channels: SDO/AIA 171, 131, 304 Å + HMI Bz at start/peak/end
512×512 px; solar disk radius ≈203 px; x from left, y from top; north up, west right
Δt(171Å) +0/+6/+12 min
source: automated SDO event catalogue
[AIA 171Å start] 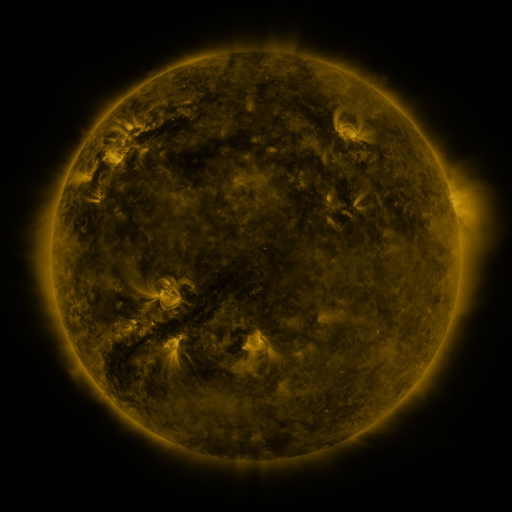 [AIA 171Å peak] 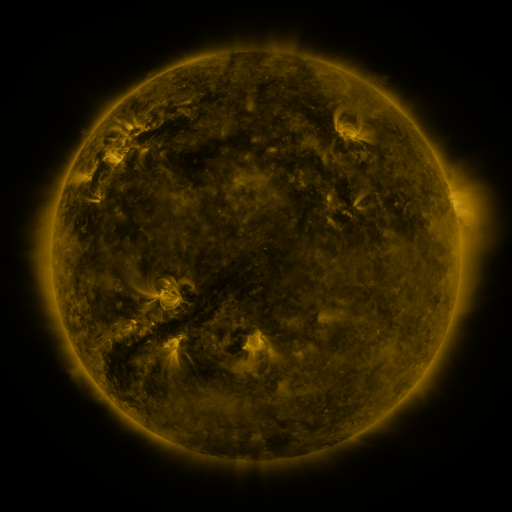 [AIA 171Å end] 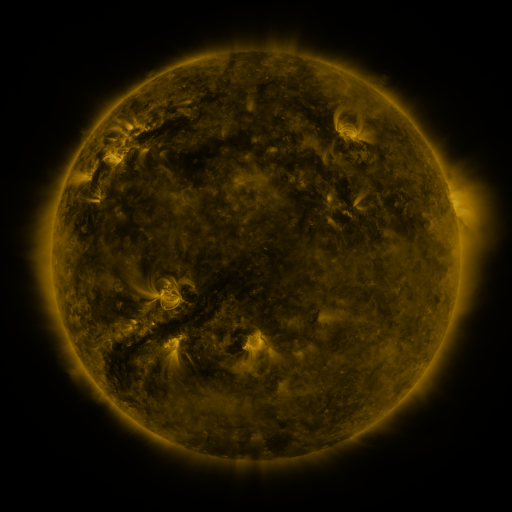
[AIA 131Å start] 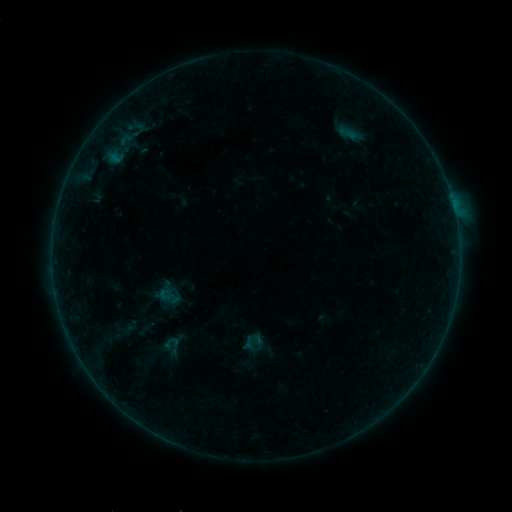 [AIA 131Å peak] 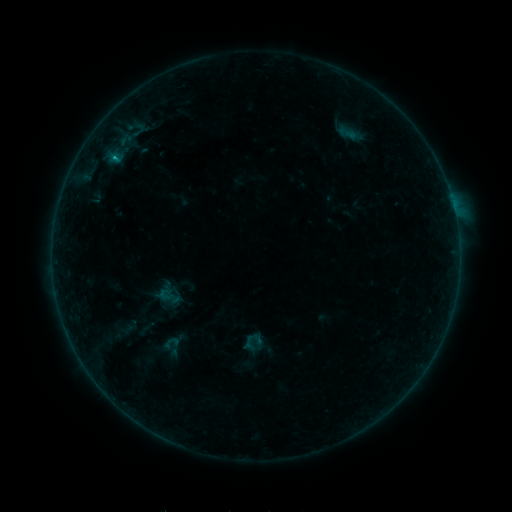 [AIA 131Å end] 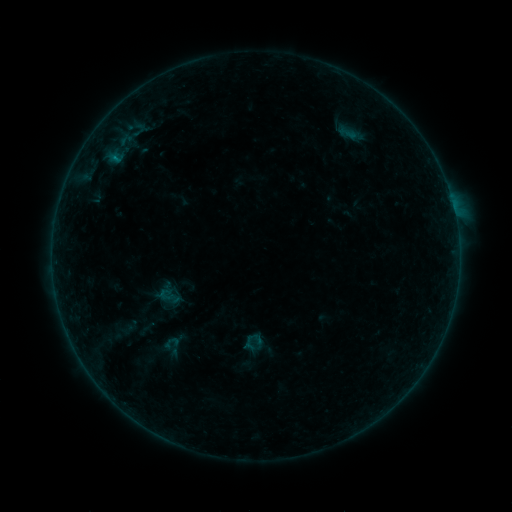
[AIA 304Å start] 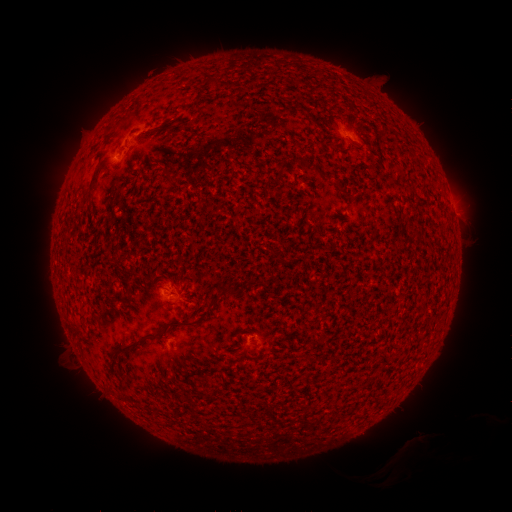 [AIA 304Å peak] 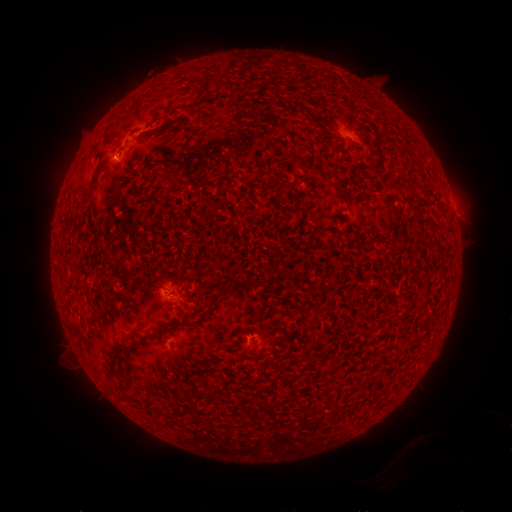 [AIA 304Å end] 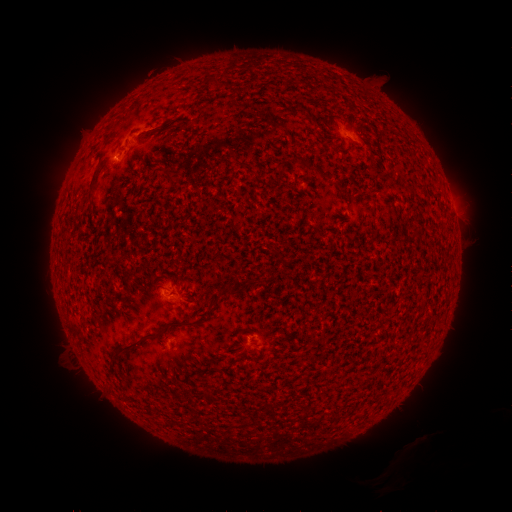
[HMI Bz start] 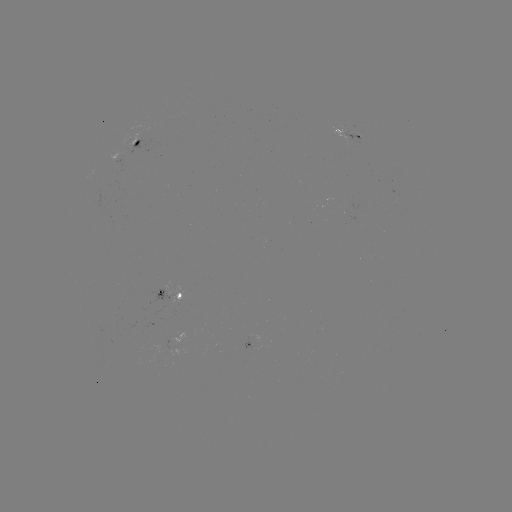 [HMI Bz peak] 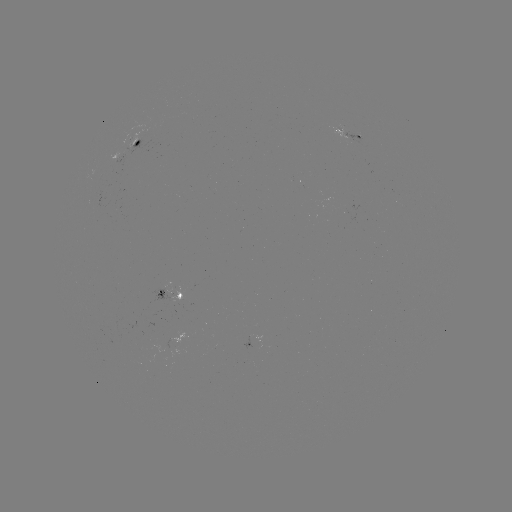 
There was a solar flare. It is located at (117, 151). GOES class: B3.0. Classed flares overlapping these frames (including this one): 1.